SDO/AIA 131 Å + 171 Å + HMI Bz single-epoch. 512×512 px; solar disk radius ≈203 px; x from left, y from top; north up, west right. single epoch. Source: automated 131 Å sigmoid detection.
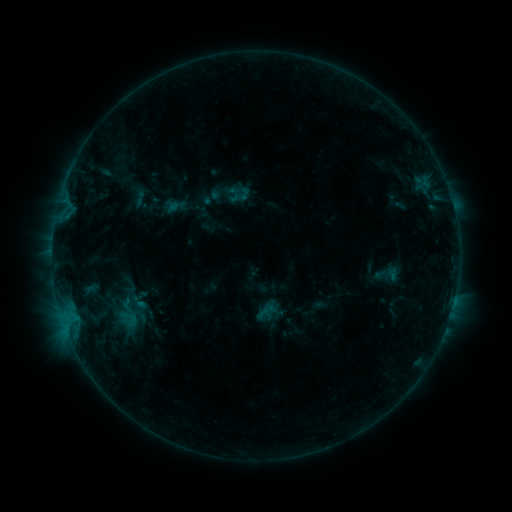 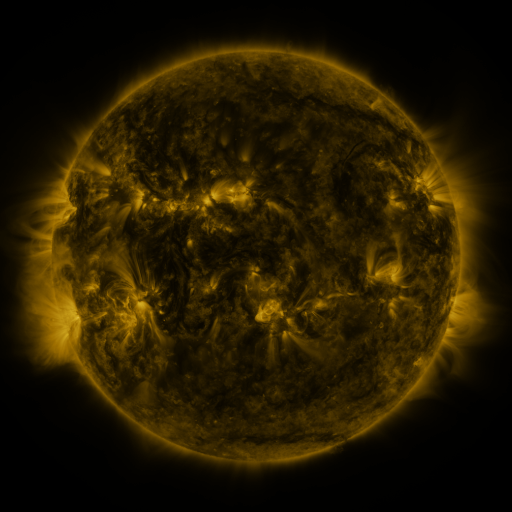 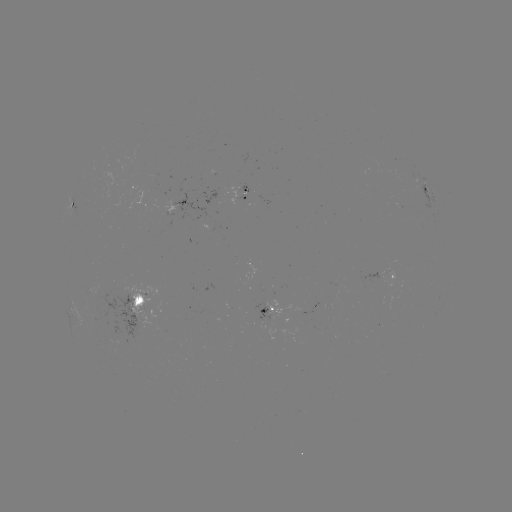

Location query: sigmoid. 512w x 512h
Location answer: [128, 319].